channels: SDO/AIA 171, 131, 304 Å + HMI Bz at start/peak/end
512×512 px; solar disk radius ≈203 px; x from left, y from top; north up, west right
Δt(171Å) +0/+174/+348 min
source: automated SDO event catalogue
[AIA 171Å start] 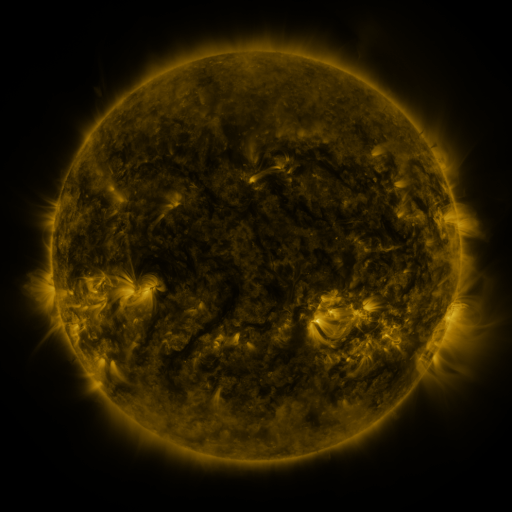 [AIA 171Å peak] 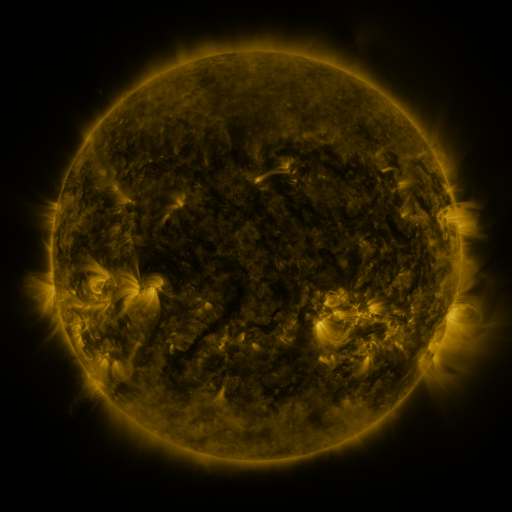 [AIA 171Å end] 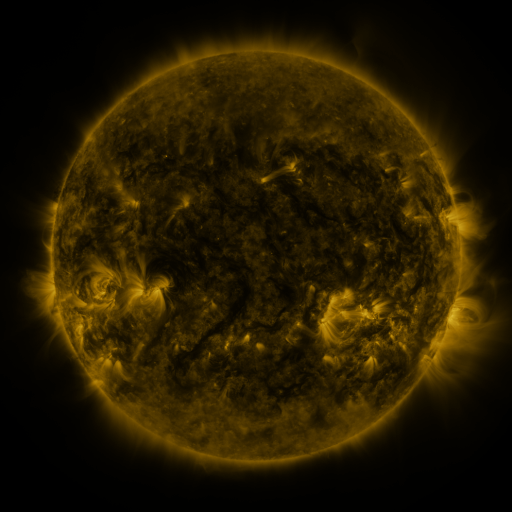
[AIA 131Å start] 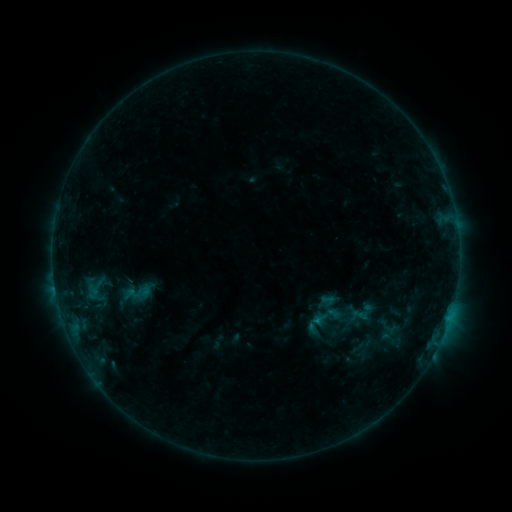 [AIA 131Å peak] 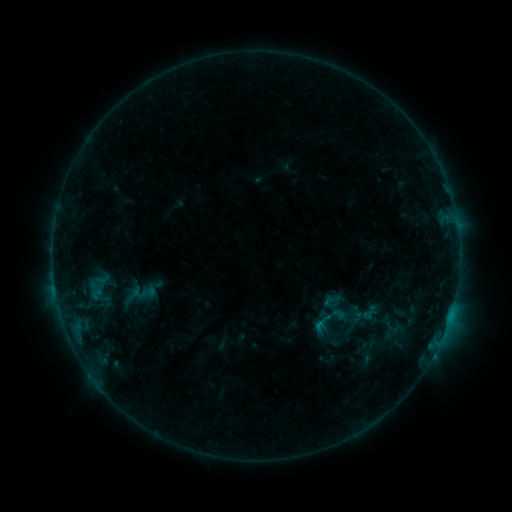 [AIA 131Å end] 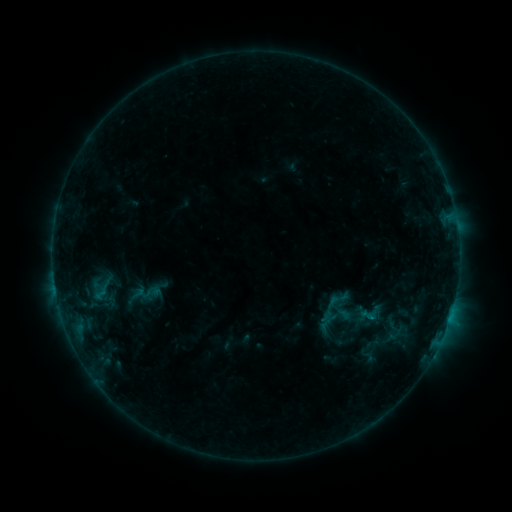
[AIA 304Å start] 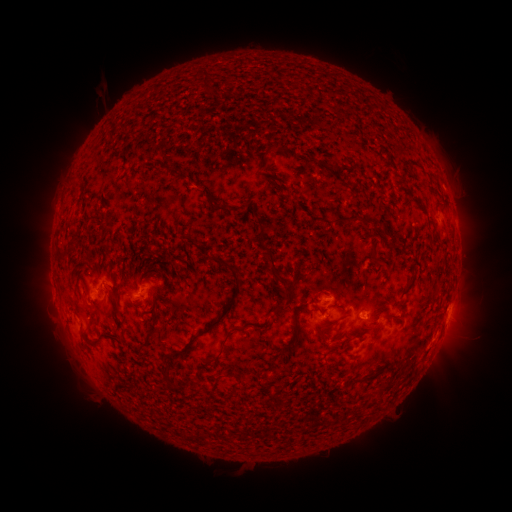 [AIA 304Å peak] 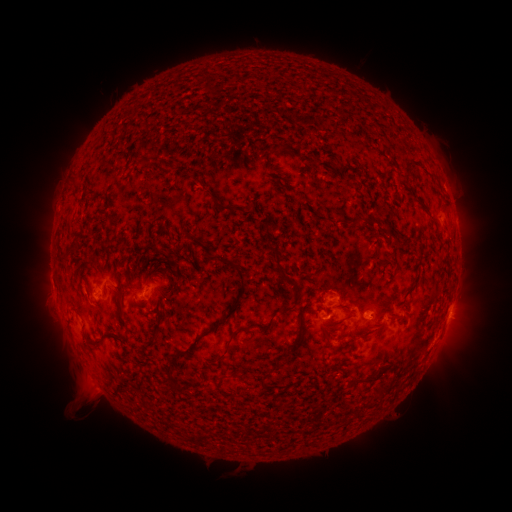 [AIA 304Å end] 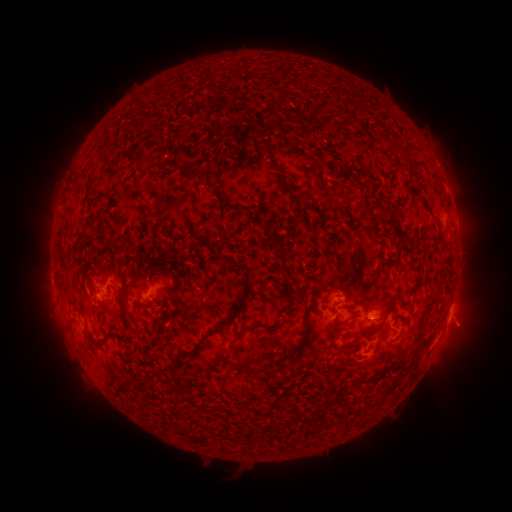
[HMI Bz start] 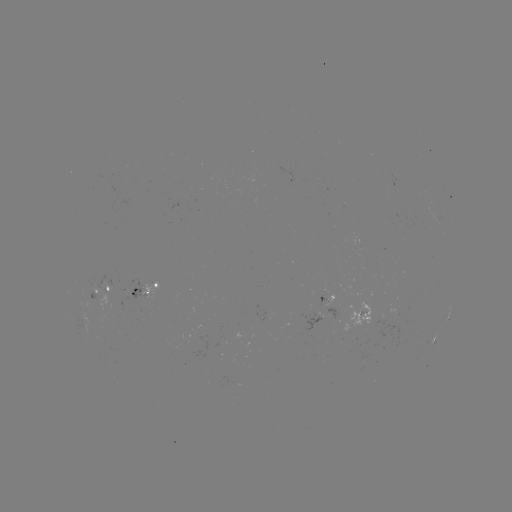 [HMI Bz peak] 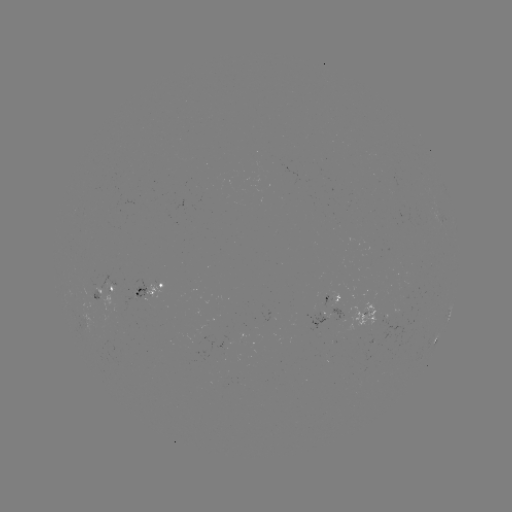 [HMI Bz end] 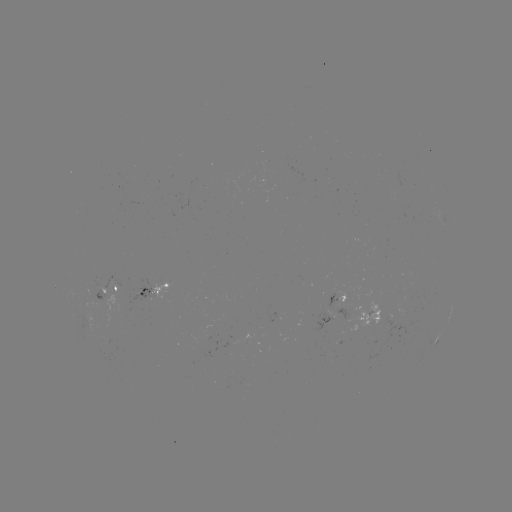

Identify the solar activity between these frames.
filament eruption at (65, 388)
